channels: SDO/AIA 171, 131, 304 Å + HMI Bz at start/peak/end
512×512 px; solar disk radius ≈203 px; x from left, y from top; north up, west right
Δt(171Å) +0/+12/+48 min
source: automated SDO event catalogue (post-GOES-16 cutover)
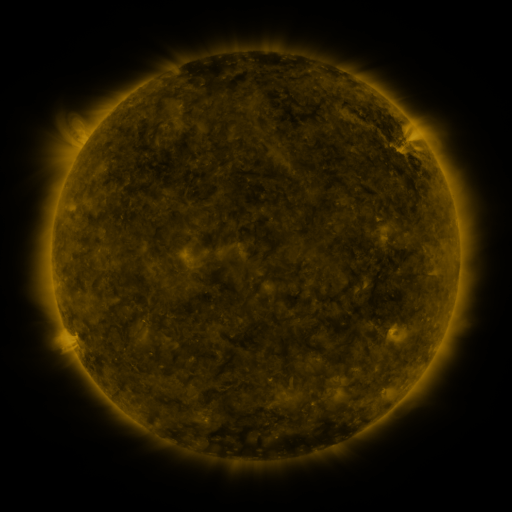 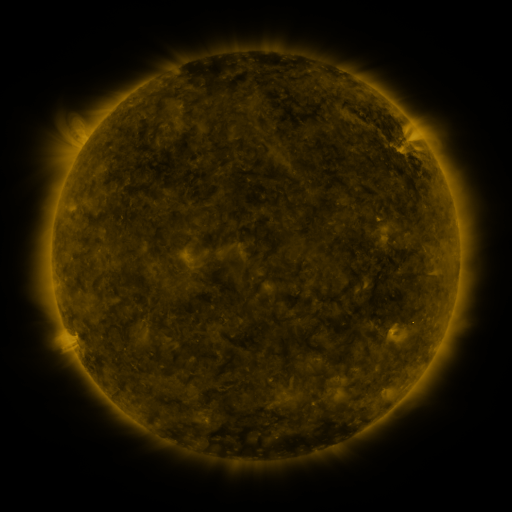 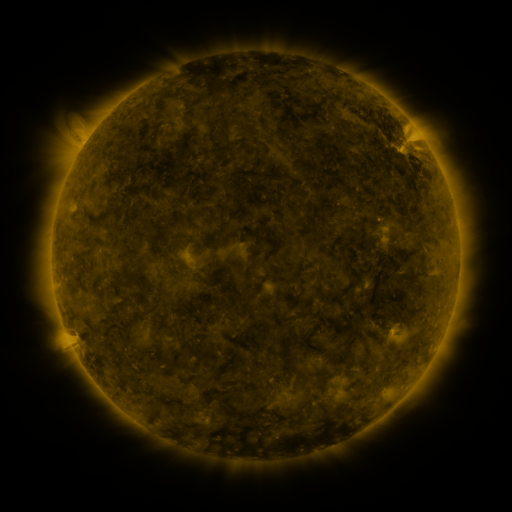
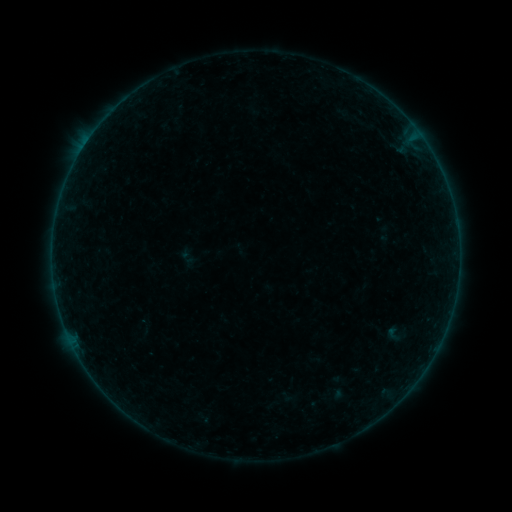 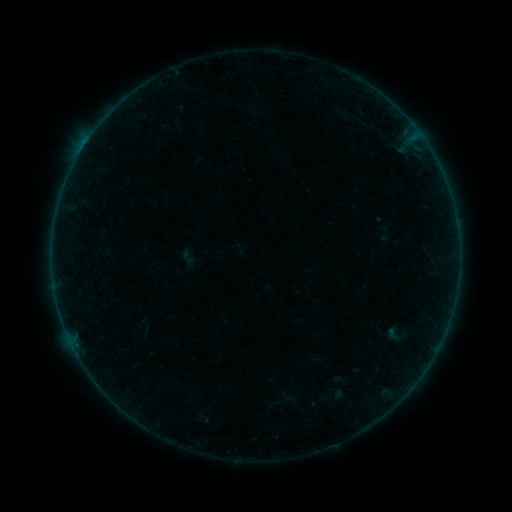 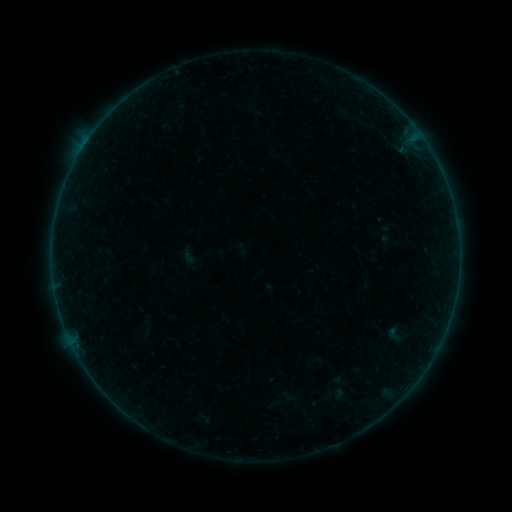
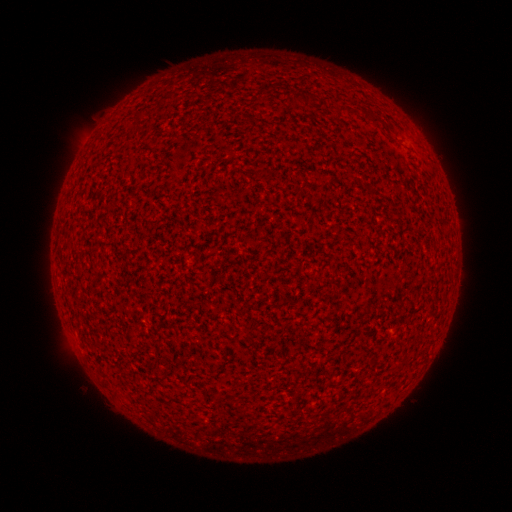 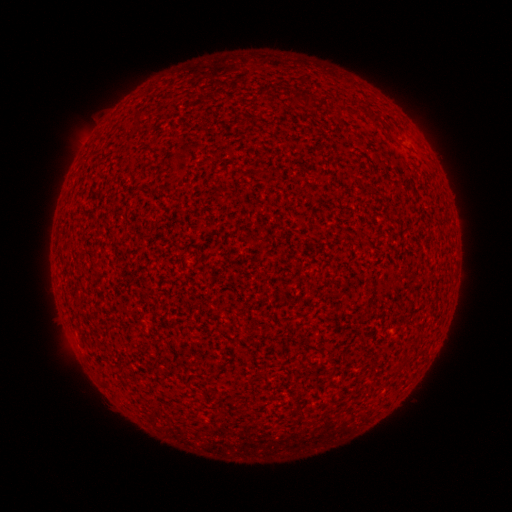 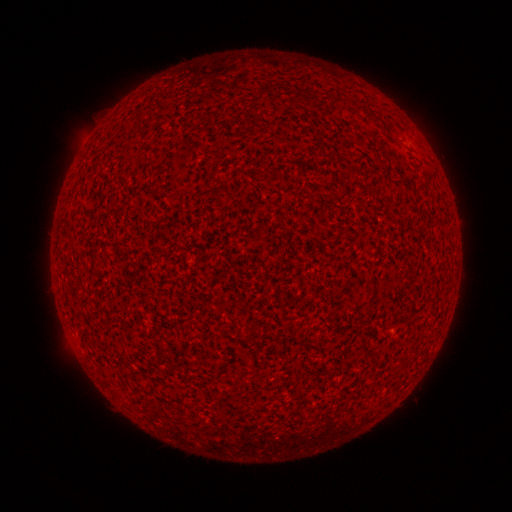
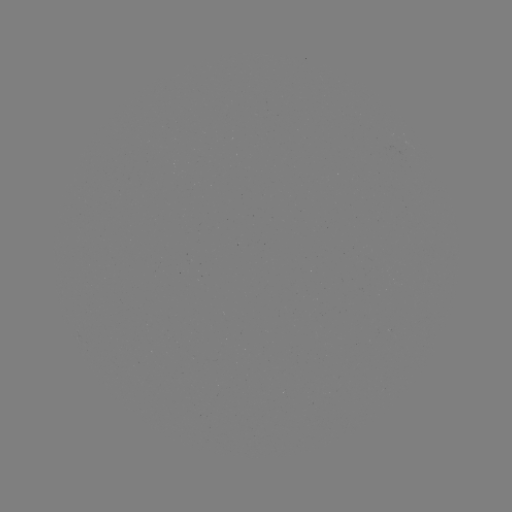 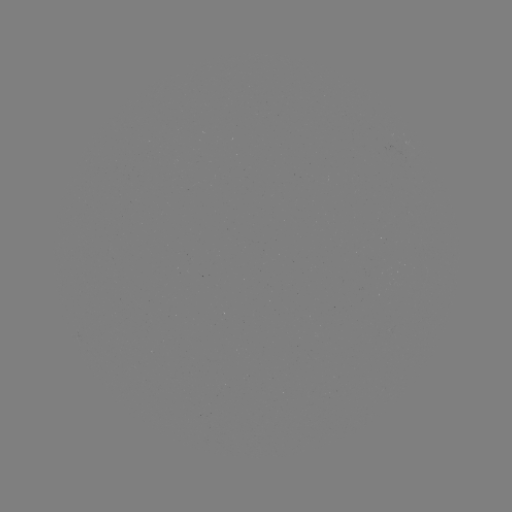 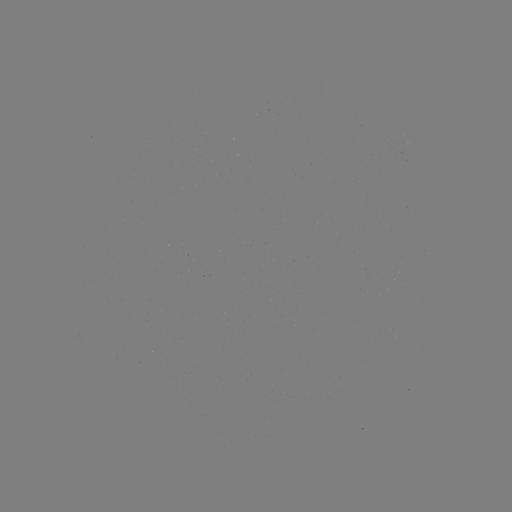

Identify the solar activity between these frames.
A6.4 flare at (85, 145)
